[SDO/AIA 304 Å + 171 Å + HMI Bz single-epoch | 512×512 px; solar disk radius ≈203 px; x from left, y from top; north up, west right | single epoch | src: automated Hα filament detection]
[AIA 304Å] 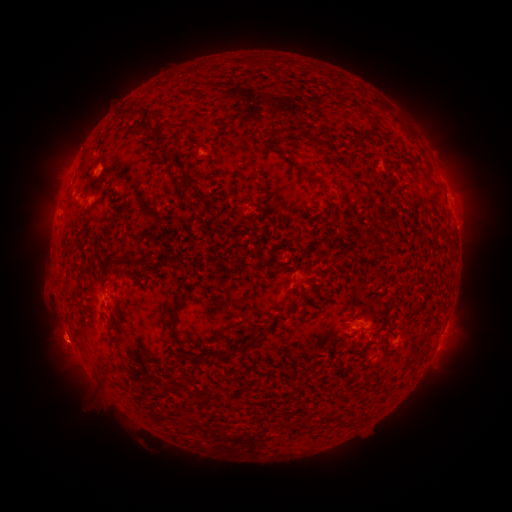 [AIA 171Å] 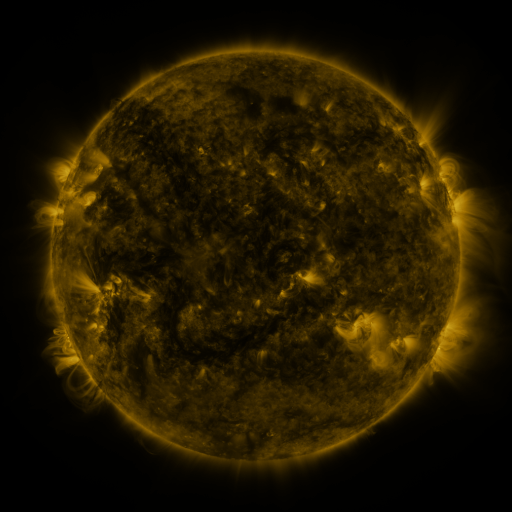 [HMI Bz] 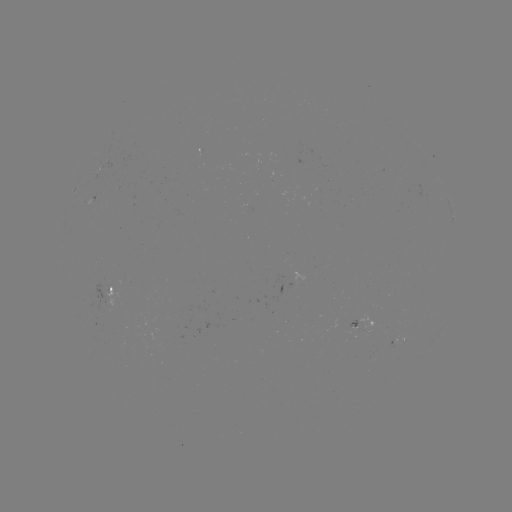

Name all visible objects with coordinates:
filament: (250, 62)
filament: (138, 113)
filament: (148, 130)
filament: (293, 130)
filament: (163, 152)
filament: (191, 178)
filament: (310, 182)
filament: (204, 201)
filament: (94, 208)
filament: (389, 244)
filament: (148, 263)
filament: (116, 268)
filament: (177, 307)
filament: (173, 335)
filament: (253, 339)
filament: (113, 341)
filament: (179, 350)
filament: (235, 354)
filament: (184, 424)
